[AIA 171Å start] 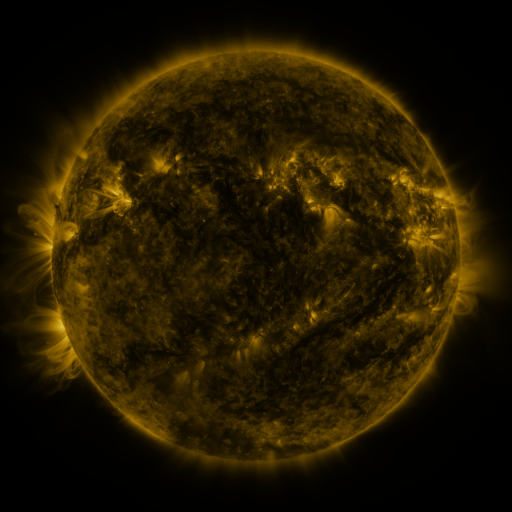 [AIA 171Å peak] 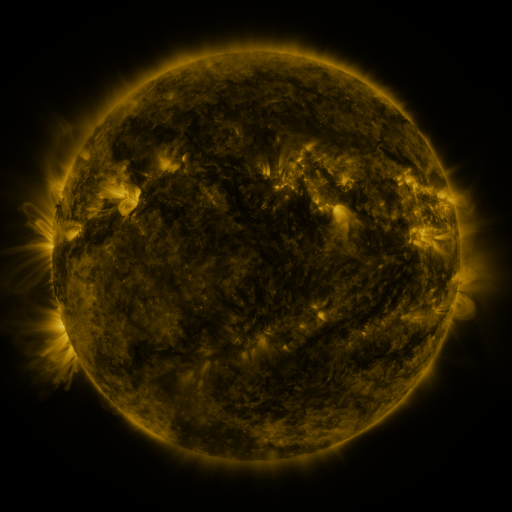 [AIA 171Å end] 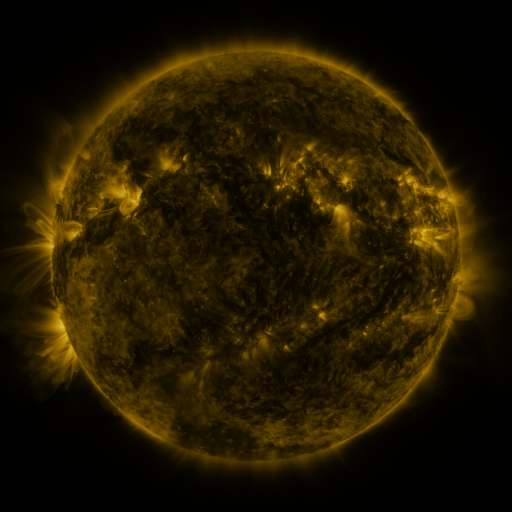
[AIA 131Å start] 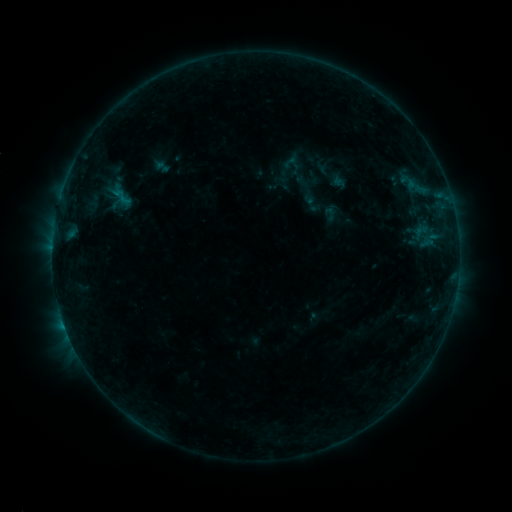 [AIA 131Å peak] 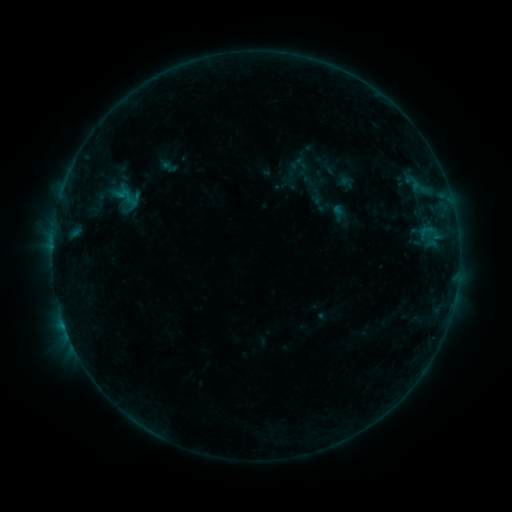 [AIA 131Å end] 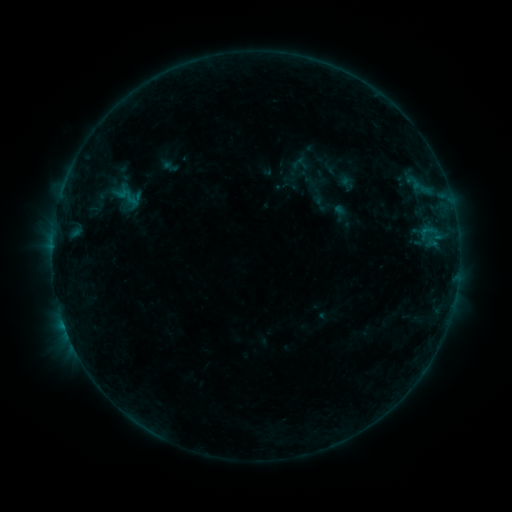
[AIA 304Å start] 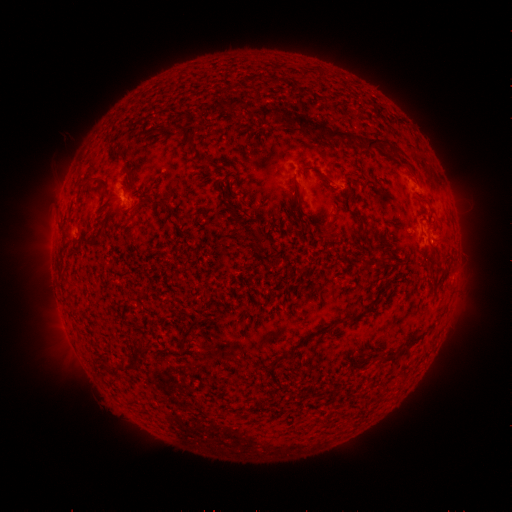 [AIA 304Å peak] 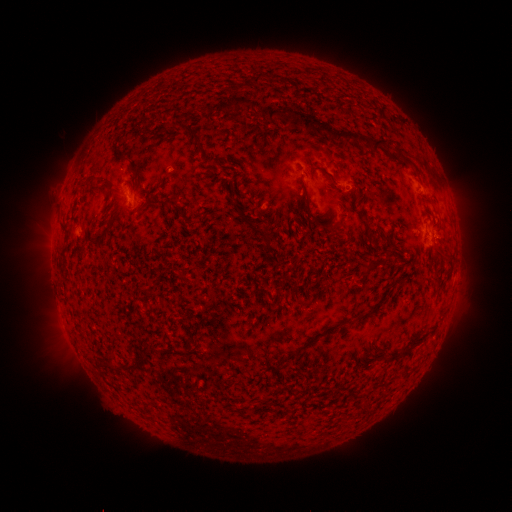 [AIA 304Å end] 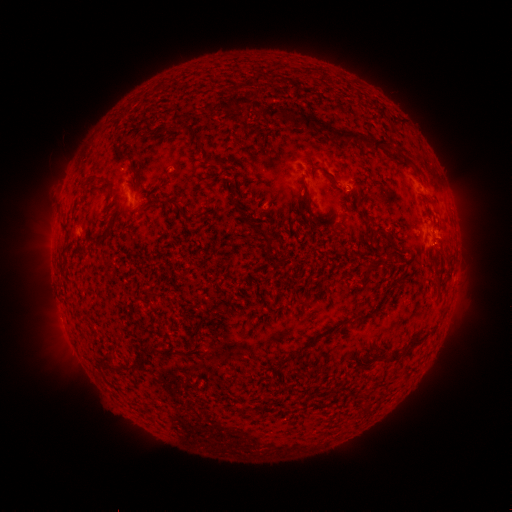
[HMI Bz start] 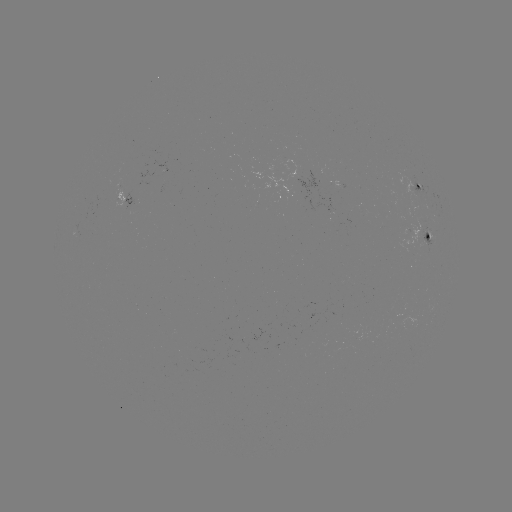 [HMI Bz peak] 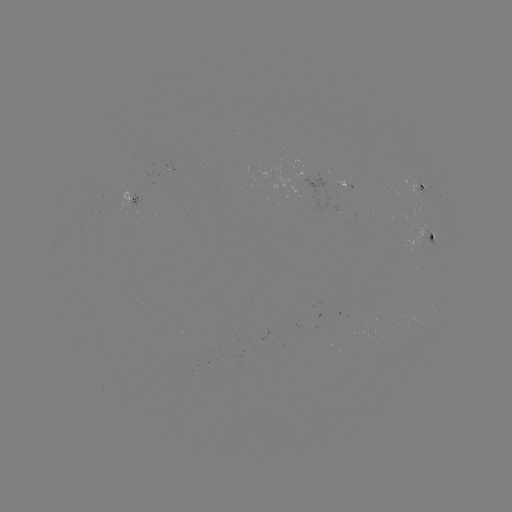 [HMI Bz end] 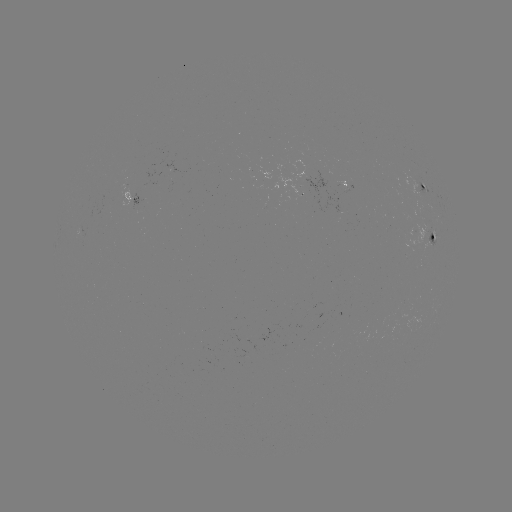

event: emerging-flux region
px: (340, 197)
